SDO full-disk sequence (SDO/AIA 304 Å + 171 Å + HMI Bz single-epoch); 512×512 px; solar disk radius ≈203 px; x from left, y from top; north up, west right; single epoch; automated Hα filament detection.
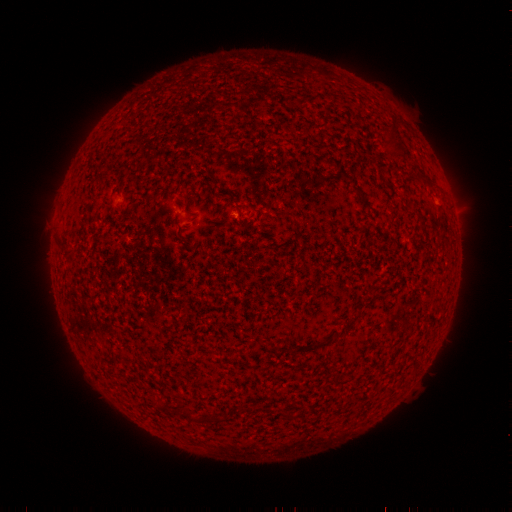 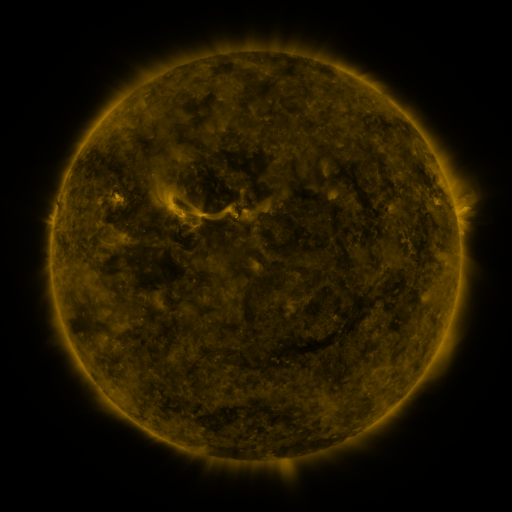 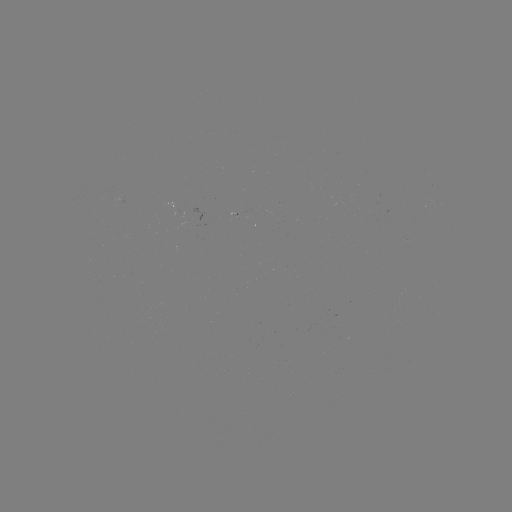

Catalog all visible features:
filament: (288, 214)
filament: (186, 414)
filament: (217, 418)
